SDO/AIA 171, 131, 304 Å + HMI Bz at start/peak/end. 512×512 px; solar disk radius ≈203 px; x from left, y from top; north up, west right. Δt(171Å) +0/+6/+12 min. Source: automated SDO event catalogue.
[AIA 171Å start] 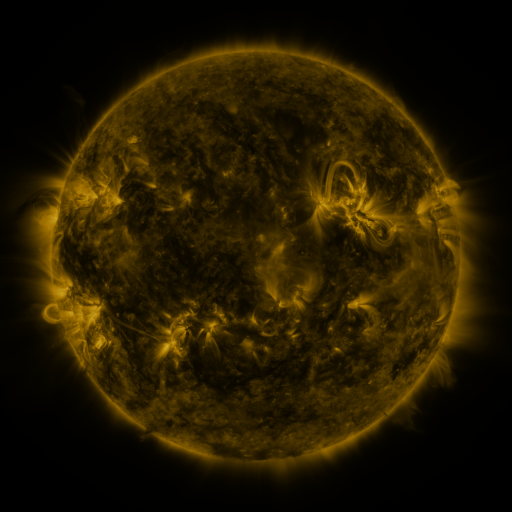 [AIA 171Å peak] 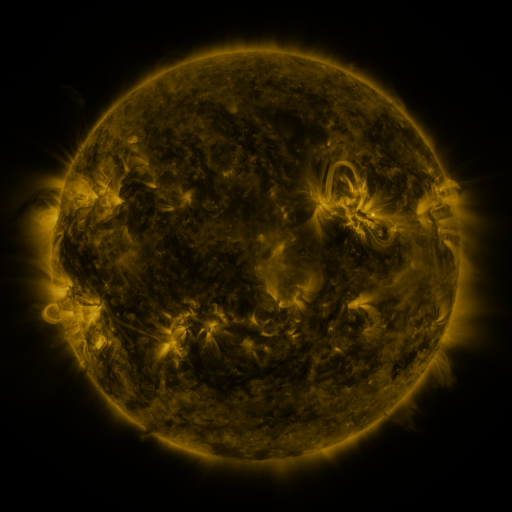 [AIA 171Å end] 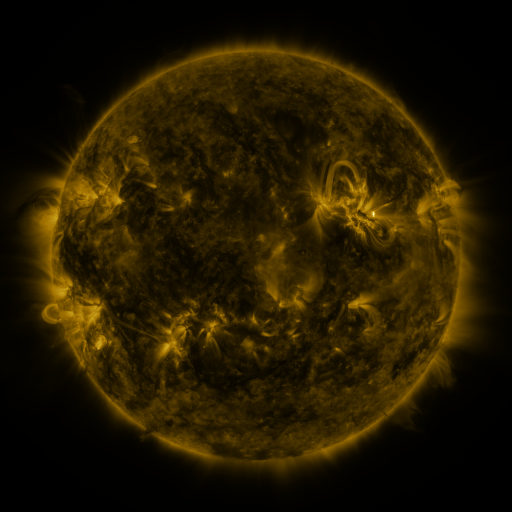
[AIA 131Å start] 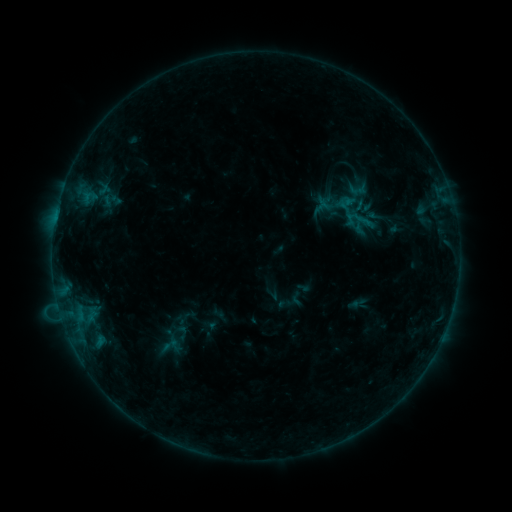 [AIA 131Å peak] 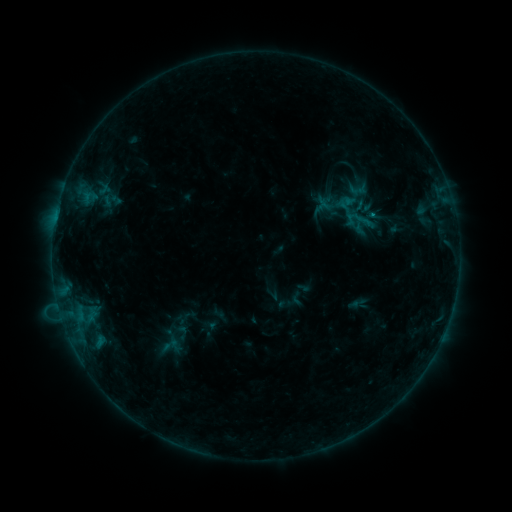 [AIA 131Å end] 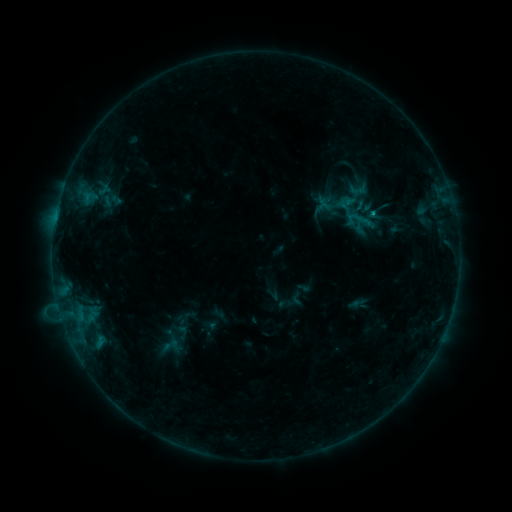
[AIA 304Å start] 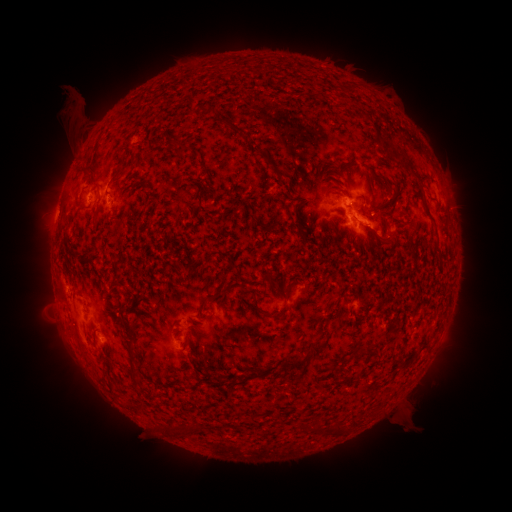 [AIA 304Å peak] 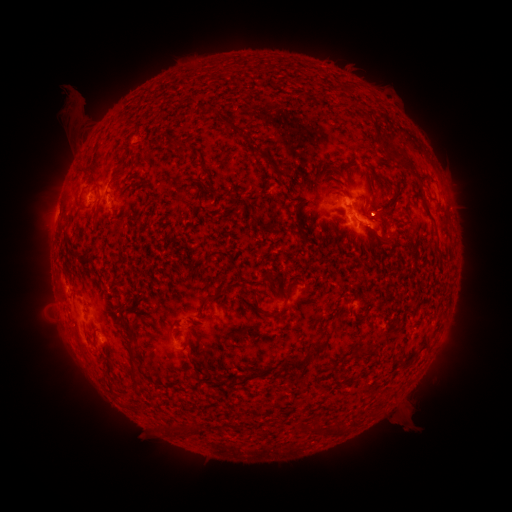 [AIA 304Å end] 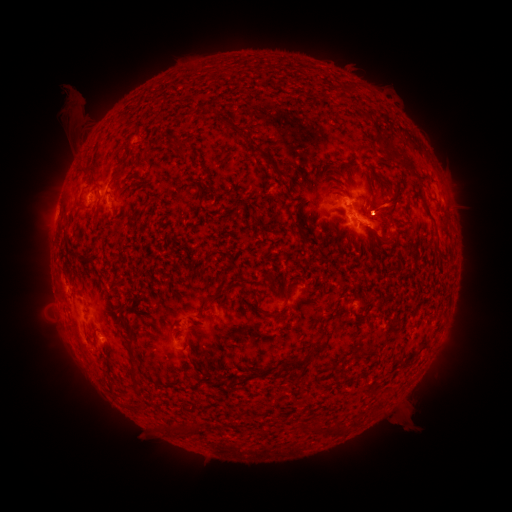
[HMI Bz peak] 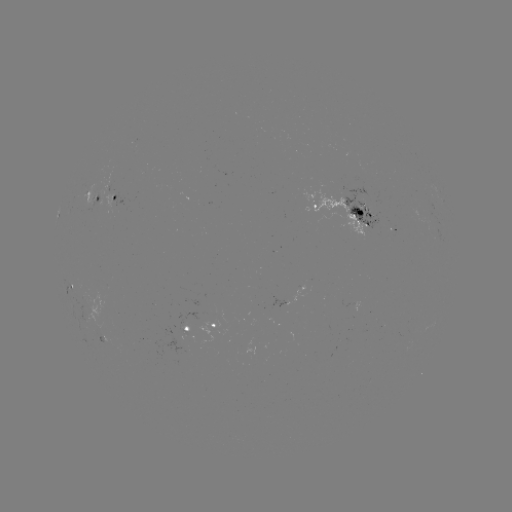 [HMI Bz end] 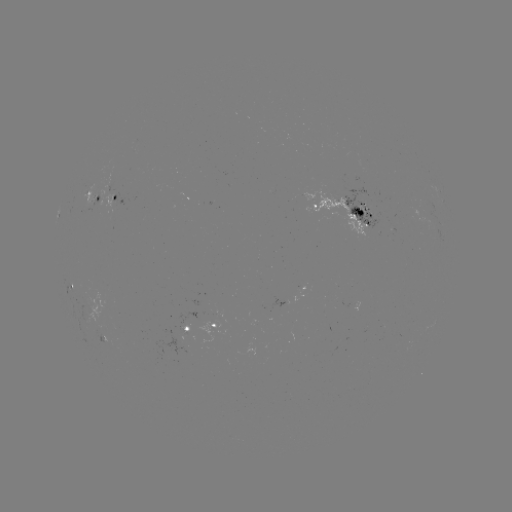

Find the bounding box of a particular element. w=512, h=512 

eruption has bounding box [357, 180, 411, 230].